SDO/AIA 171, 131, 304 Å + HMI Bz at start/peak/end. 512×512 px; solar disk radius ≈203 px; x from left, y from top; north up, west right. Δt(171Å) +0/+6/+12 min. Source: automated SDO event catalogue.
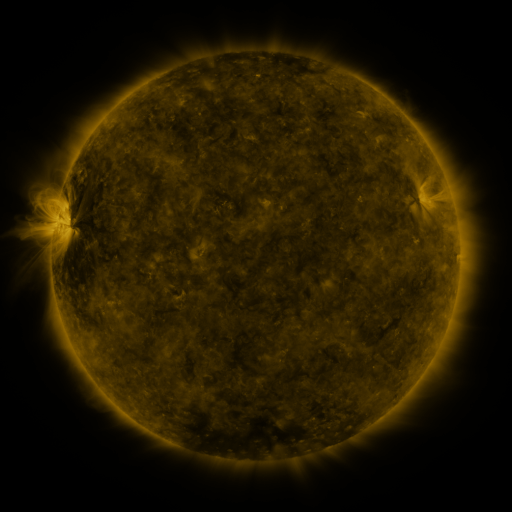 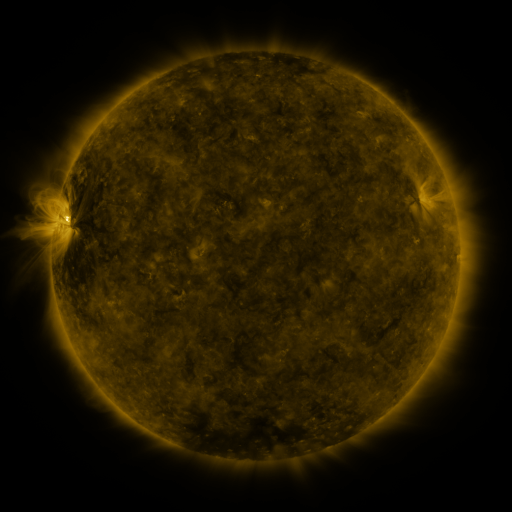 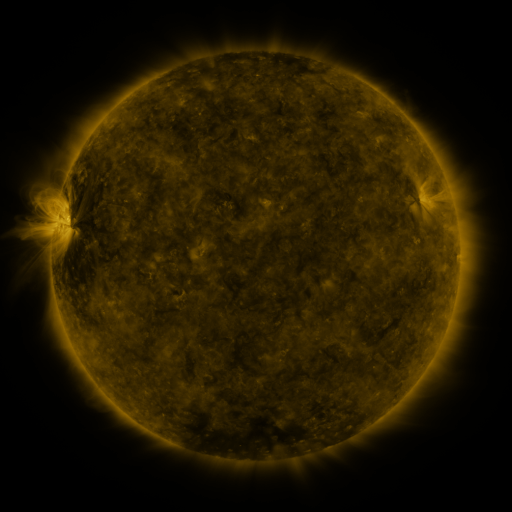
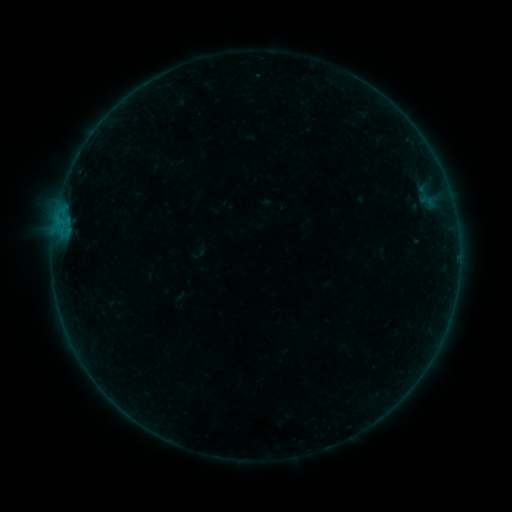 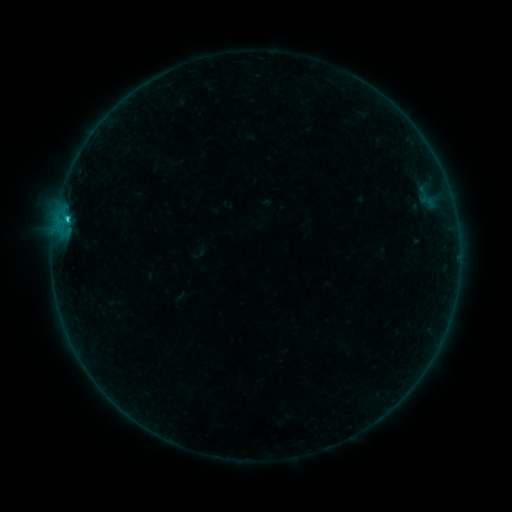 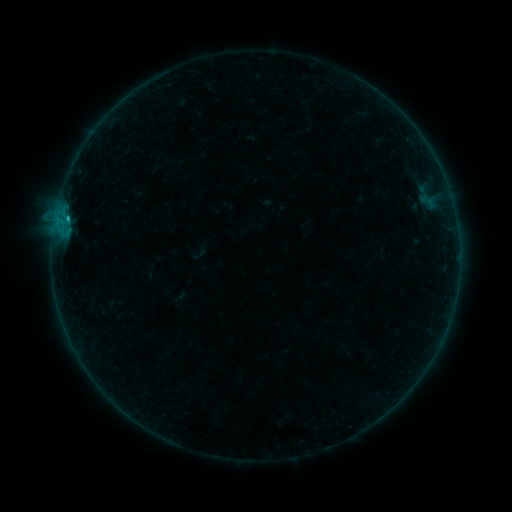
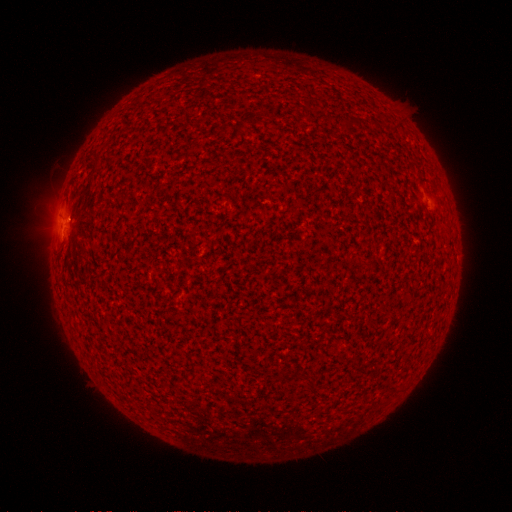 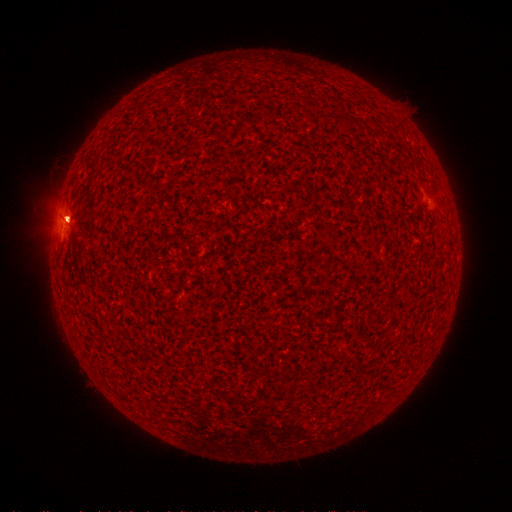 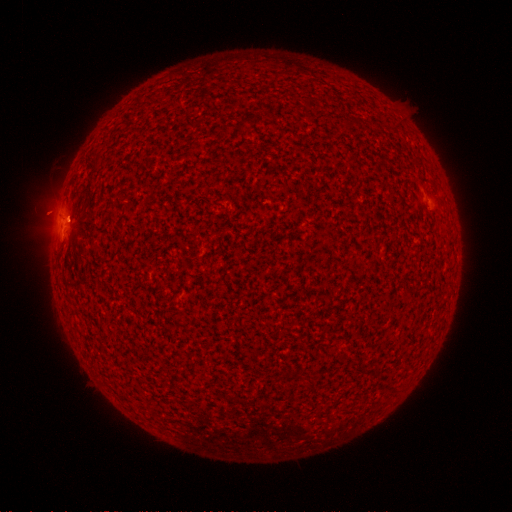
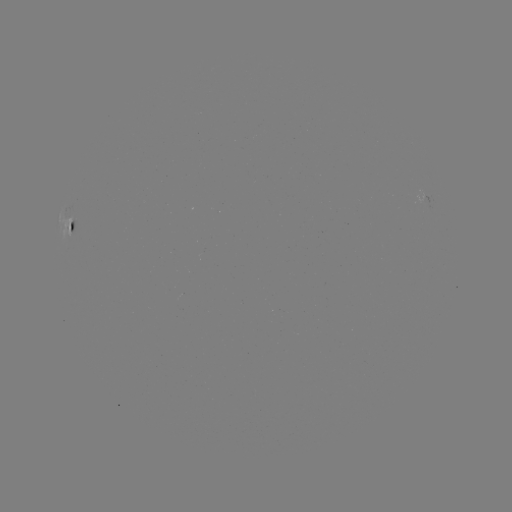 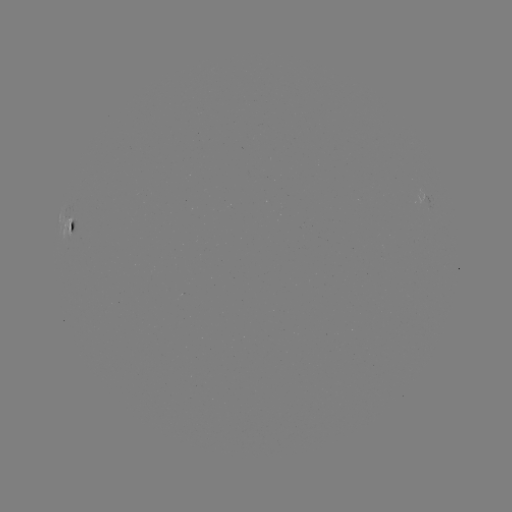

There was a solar flare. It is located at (67, 220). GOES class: B5.6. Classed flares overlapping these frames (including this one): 1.